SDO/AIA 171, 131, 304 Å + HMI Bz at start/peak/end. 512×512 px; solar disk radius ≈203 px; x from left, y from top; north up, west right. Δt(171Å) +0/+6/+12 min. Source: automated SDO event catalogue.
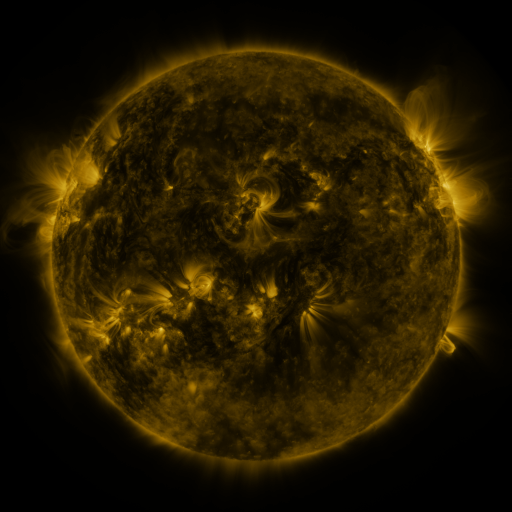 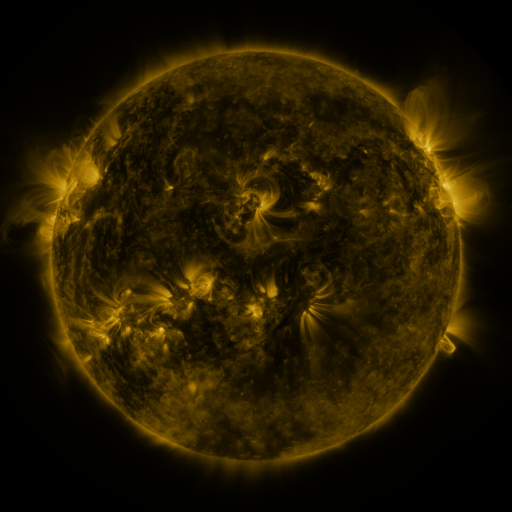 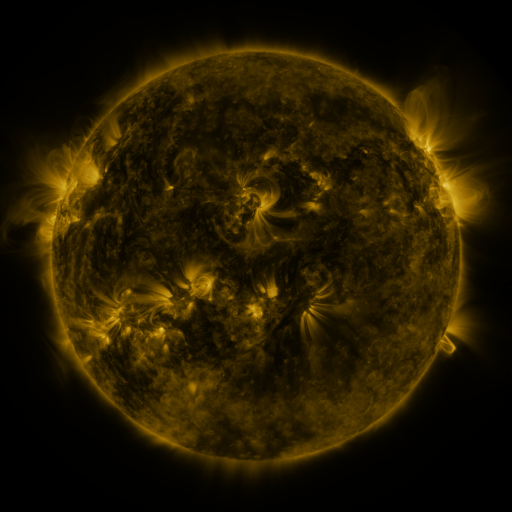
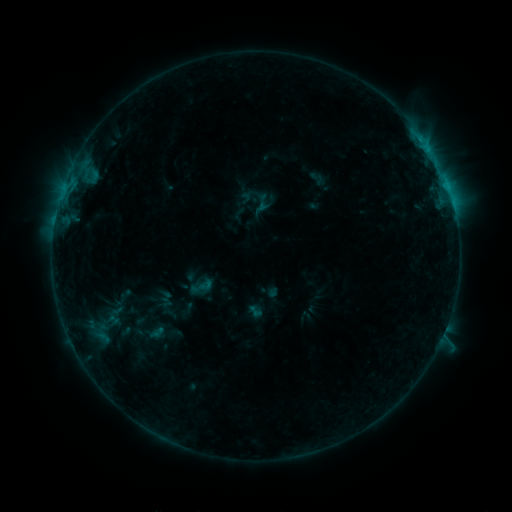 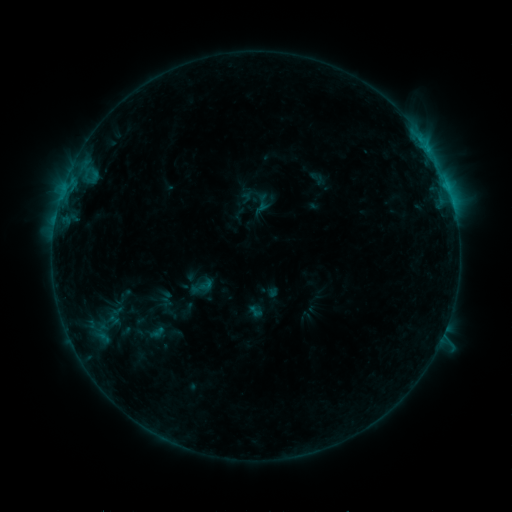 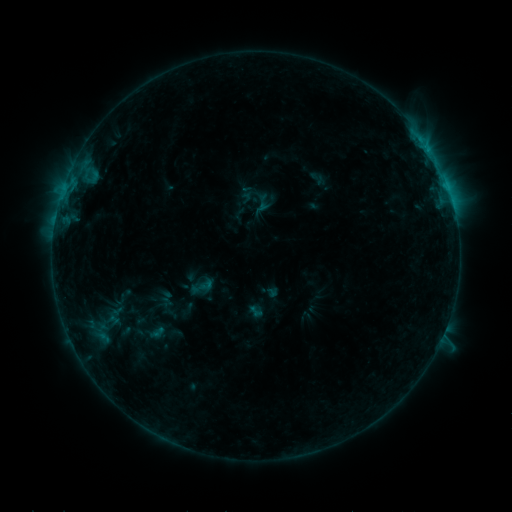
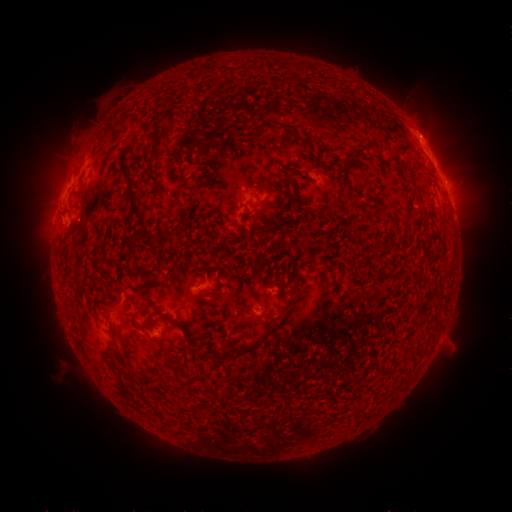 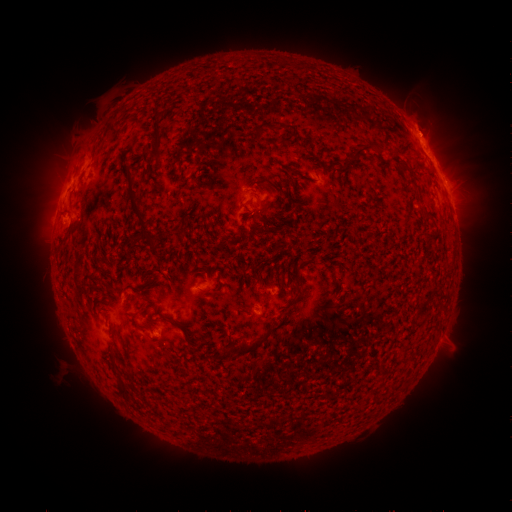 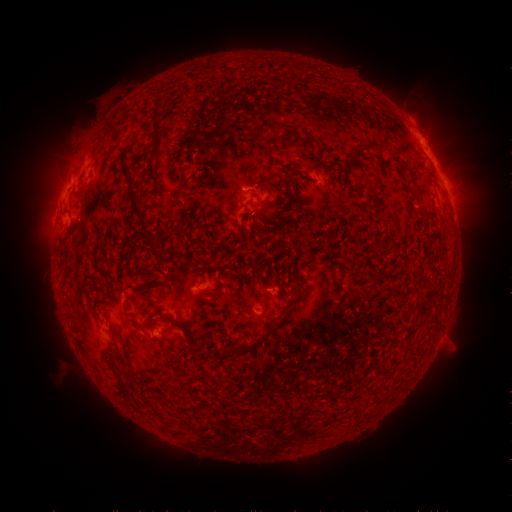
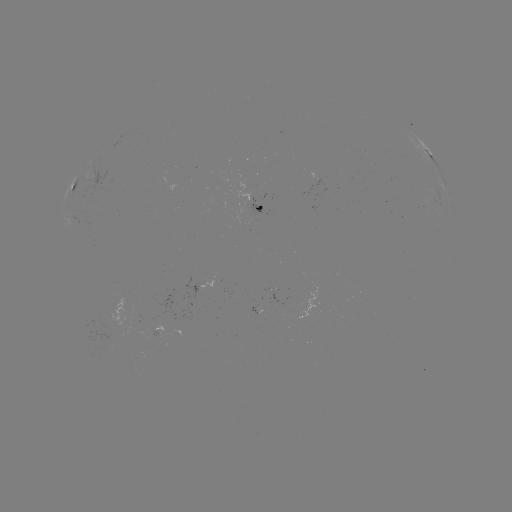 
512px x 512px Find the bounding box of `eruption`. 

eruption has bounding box [398, 100, 450, 150].